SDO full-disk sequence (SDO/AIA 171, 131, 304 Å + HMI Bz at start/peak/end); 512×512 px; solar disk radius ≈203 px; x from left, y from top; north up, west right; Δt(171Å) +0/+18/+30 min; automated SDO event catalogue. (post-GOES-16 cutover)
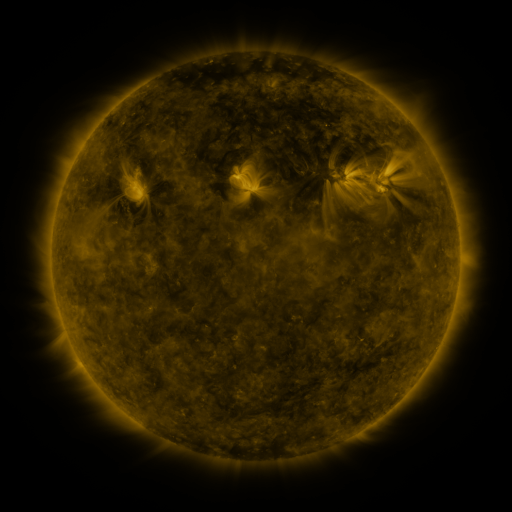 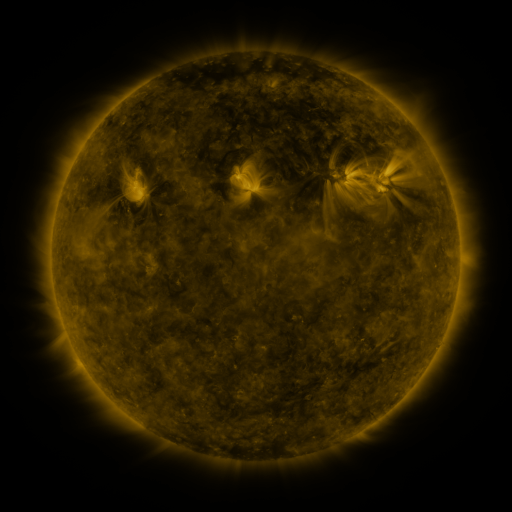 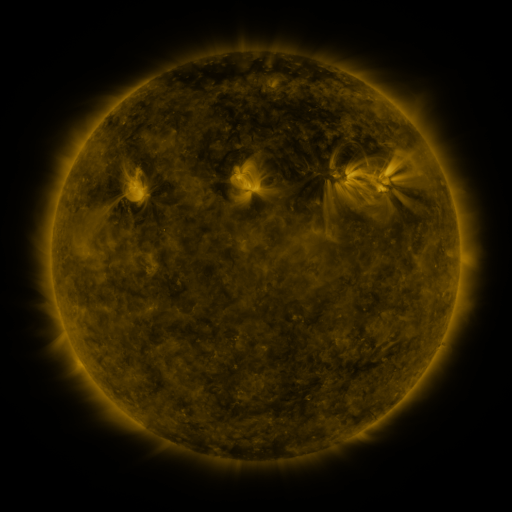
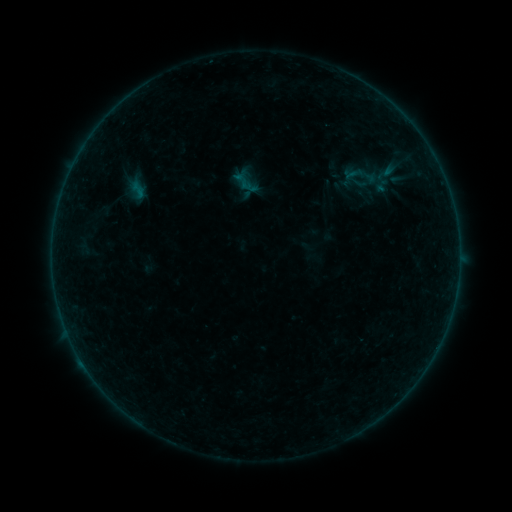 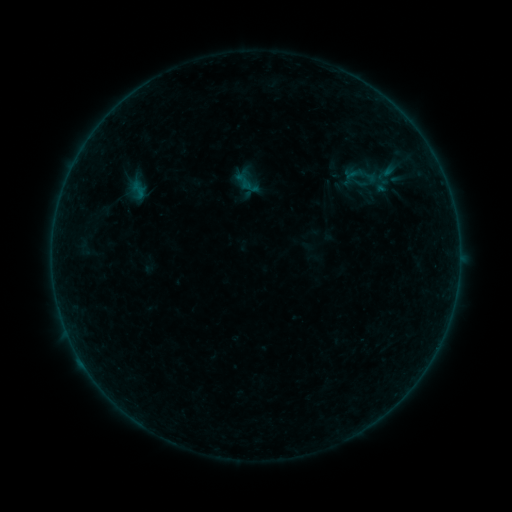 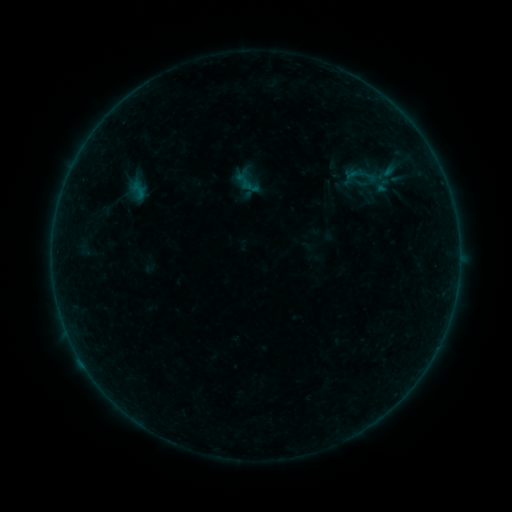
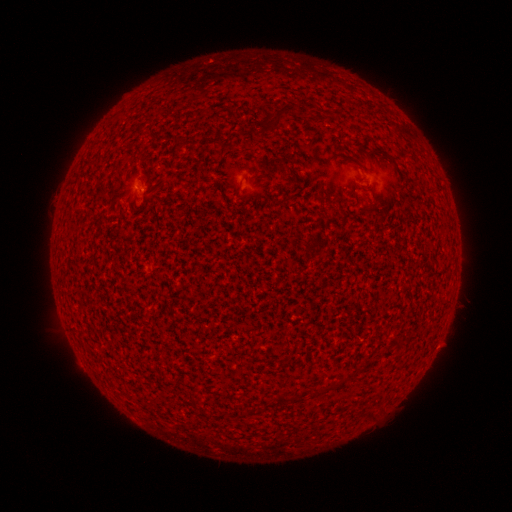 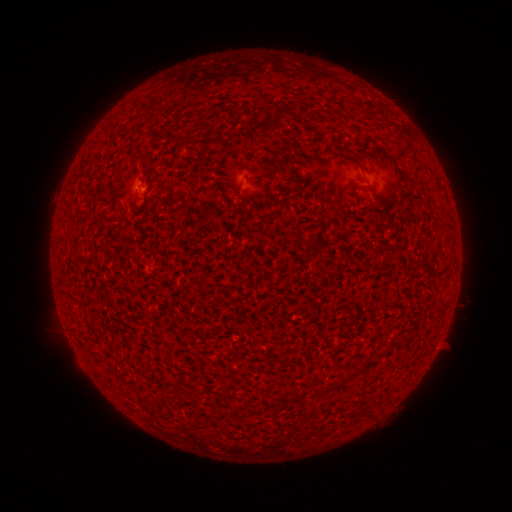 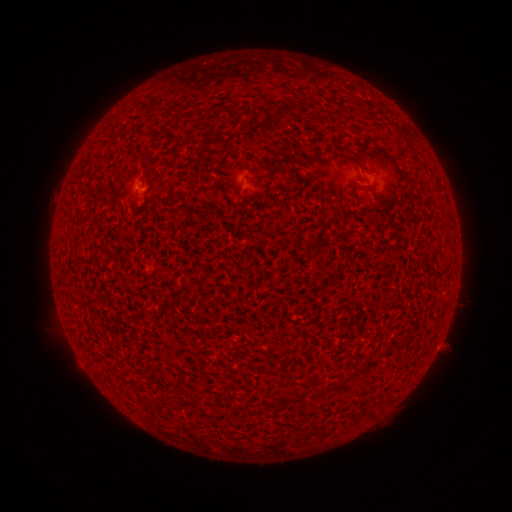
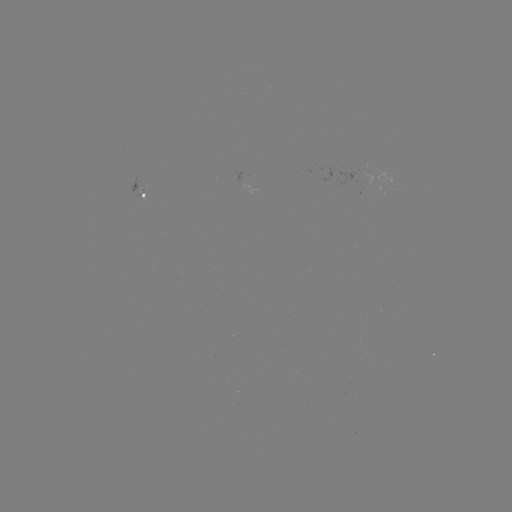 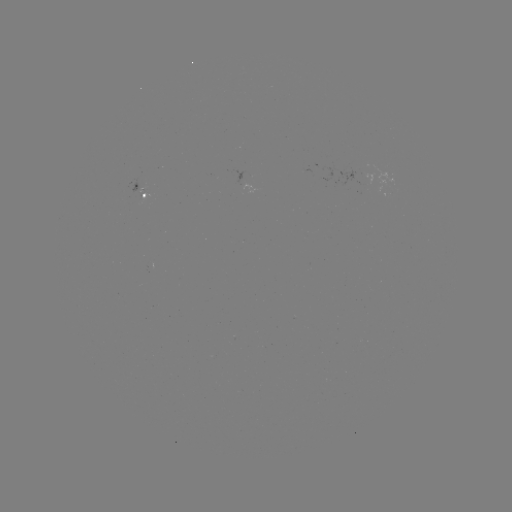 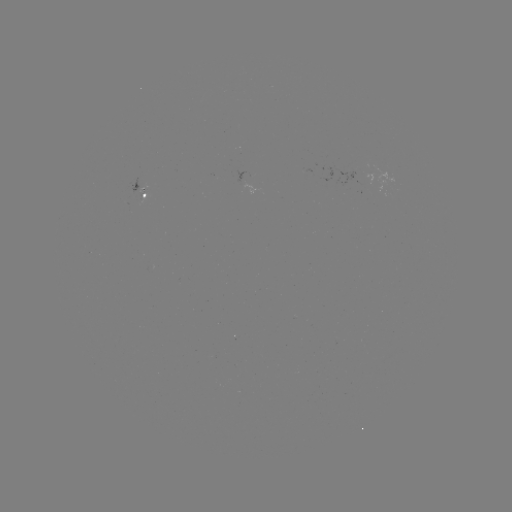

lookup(A5.3 flare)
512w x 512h (139, 185)